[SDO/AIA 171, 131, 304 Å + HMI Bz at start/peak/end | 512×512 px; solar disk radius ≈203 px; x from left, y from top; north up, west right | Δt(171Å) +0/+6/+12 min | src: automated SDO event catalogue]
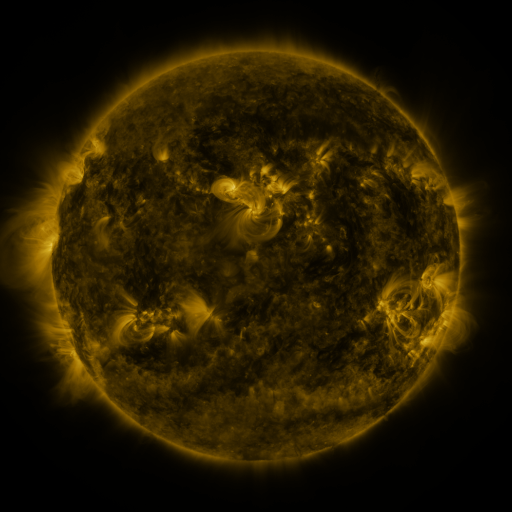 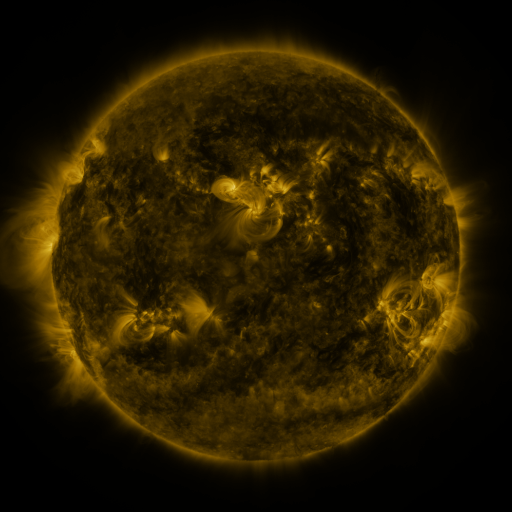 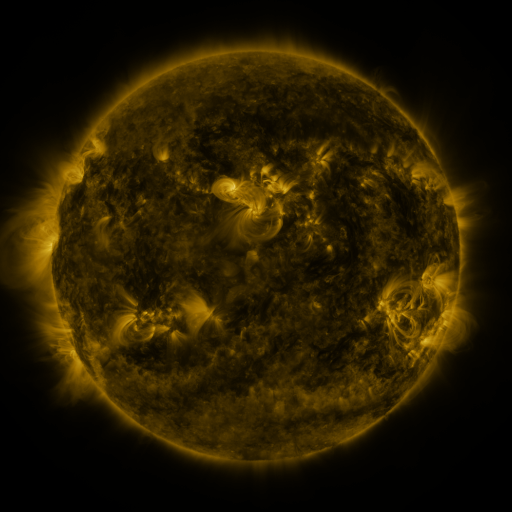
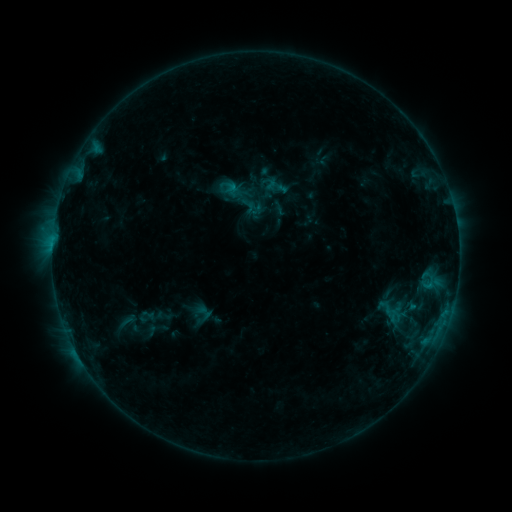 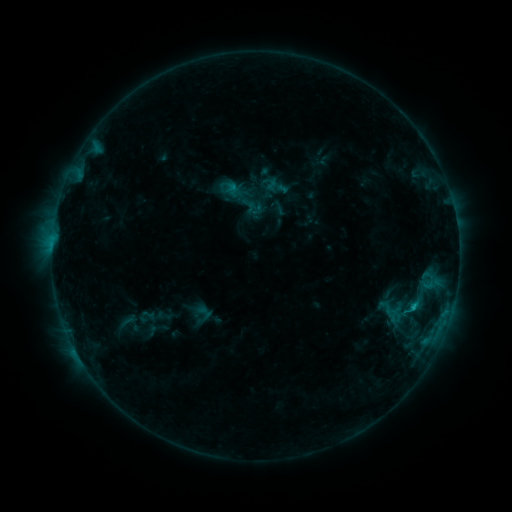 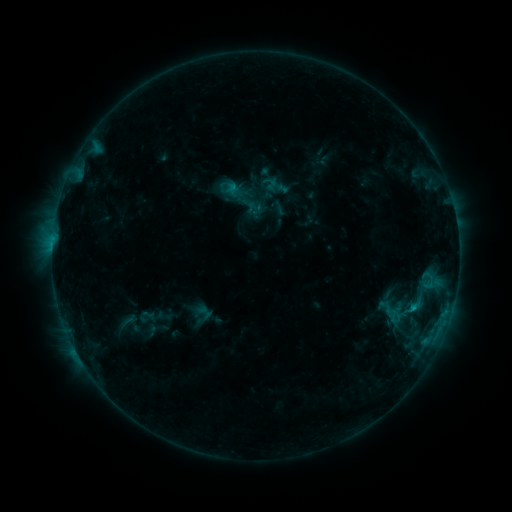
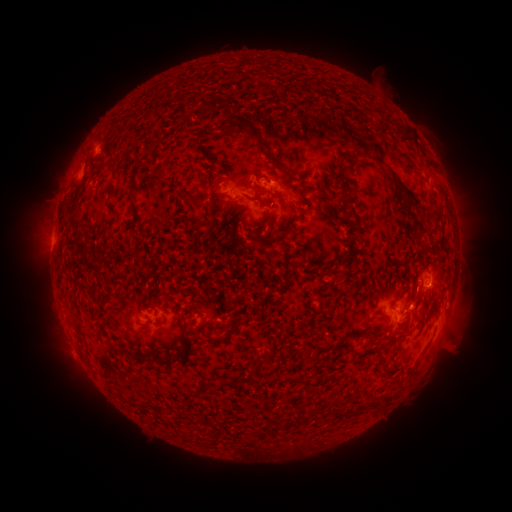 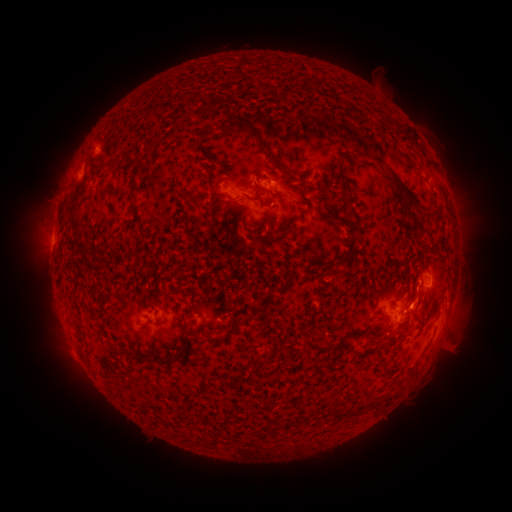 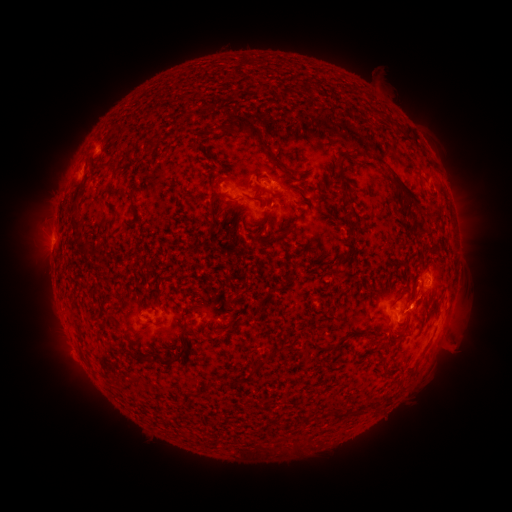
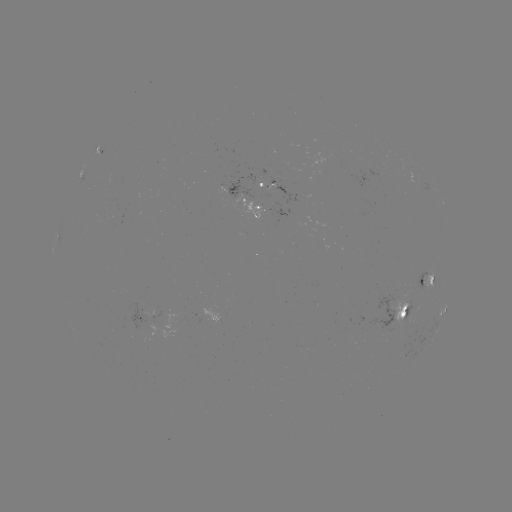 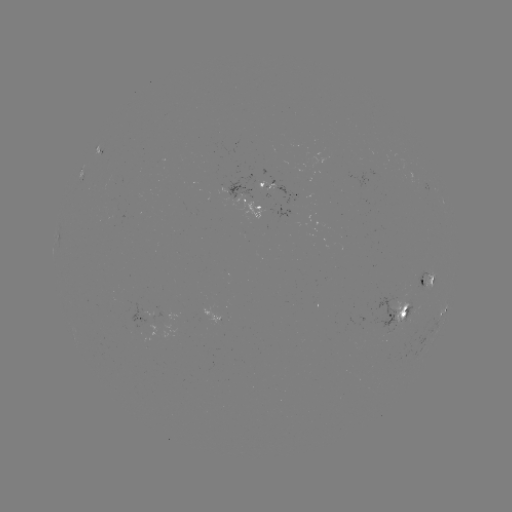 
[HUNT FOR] B9.5 flare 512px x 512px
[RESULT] (411, 308)